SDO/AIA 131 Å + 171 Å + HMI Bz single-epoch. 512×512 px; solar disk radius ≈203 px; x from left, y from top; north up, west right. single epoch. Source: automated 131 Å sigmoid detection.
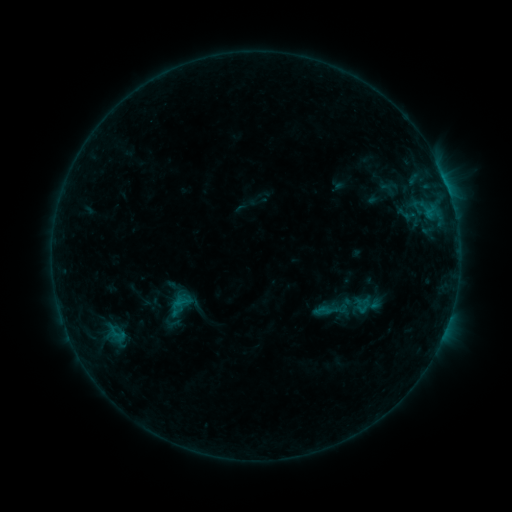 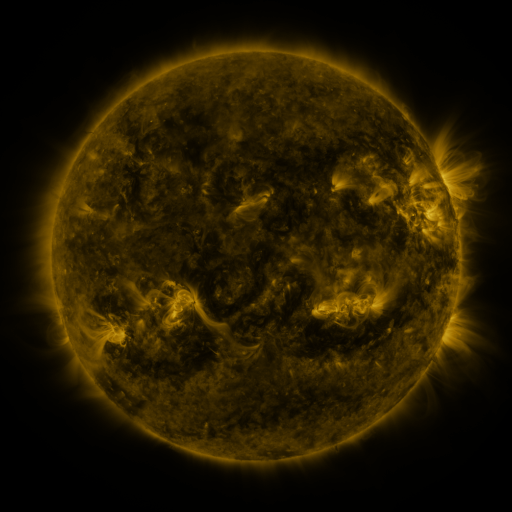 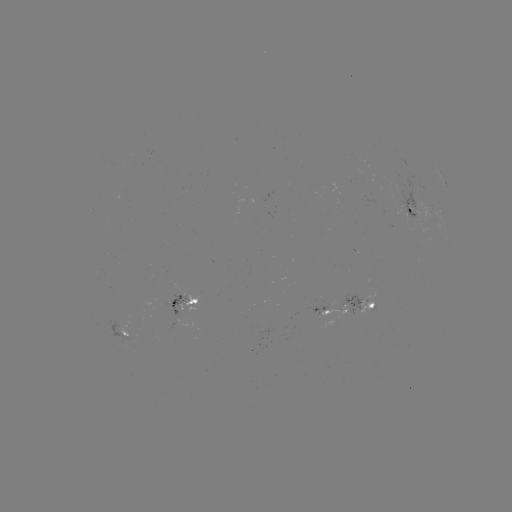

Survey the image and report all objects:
sigmoid: [355, 296, 372, 315]
